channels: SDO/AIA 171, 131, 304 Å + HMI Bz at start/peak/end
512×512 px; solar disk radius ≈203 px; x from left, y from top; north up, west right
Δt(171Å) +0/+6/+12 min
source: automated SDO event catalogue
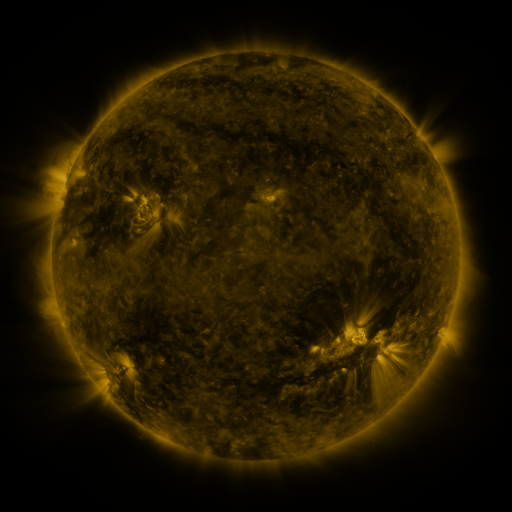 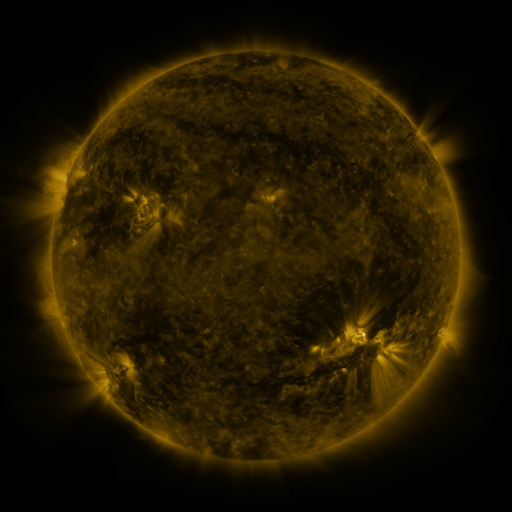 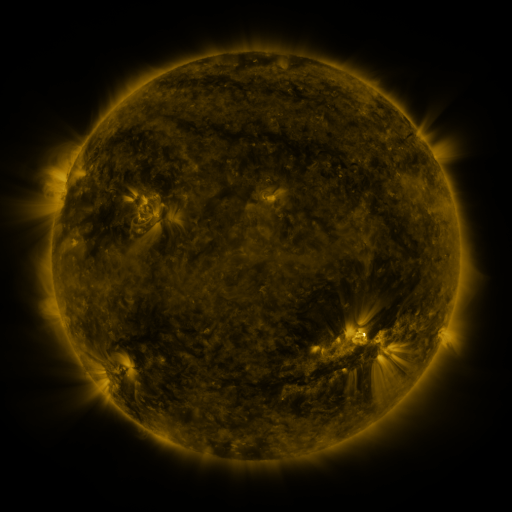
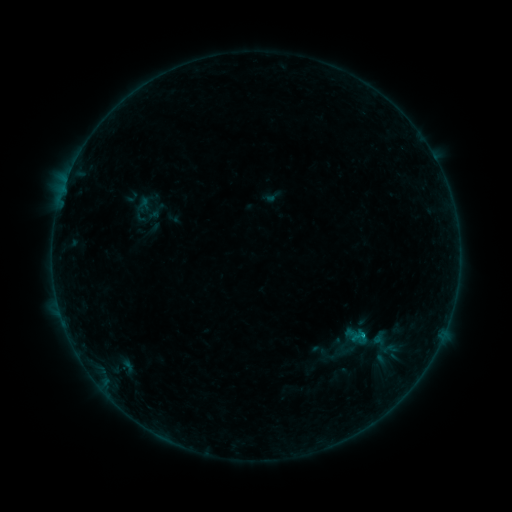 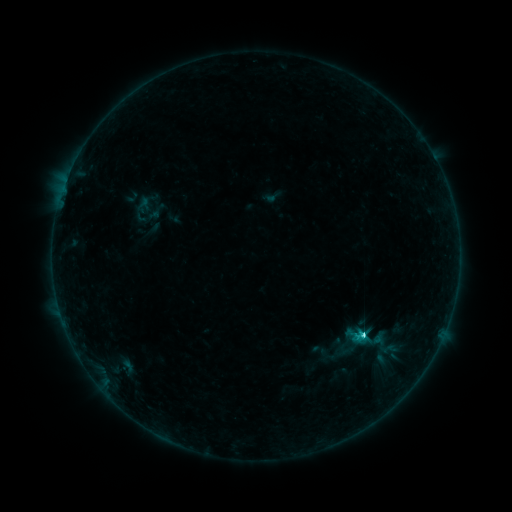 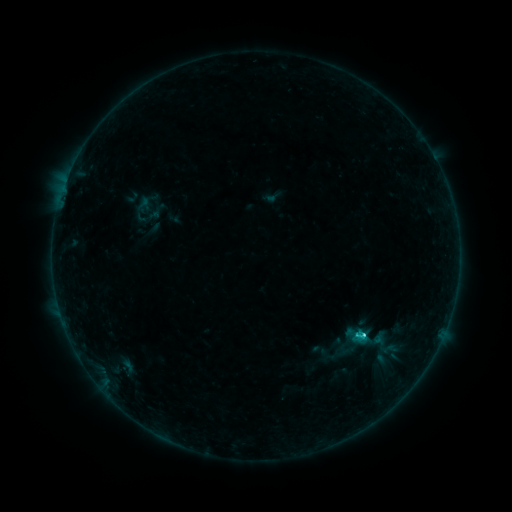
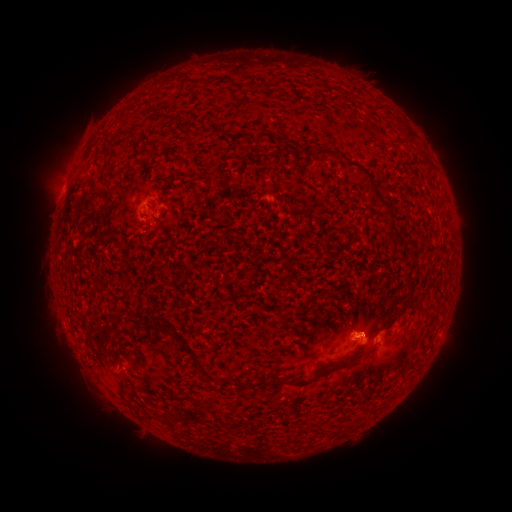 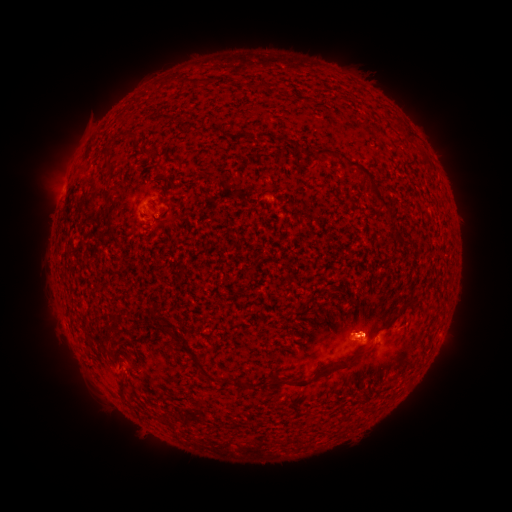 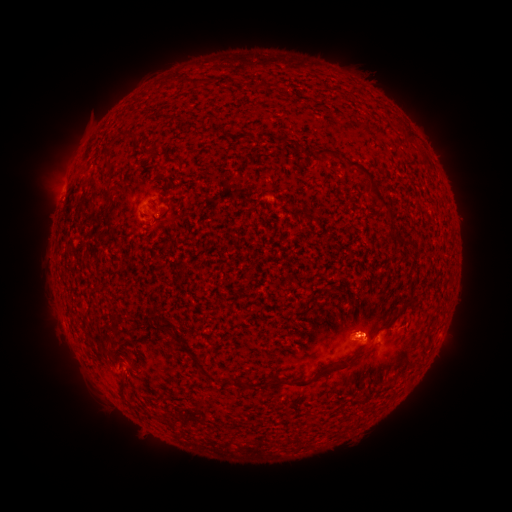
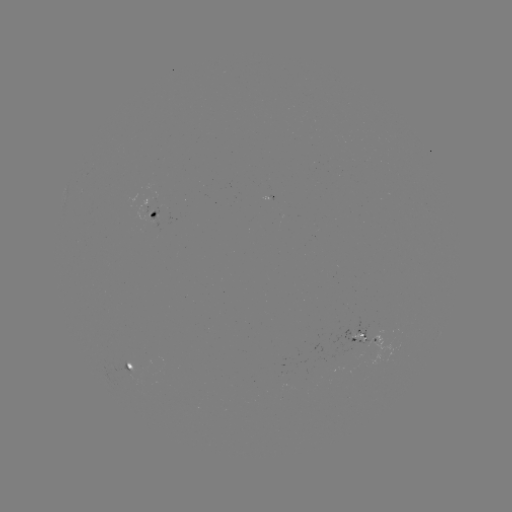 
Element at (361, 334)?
C1.7 flare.